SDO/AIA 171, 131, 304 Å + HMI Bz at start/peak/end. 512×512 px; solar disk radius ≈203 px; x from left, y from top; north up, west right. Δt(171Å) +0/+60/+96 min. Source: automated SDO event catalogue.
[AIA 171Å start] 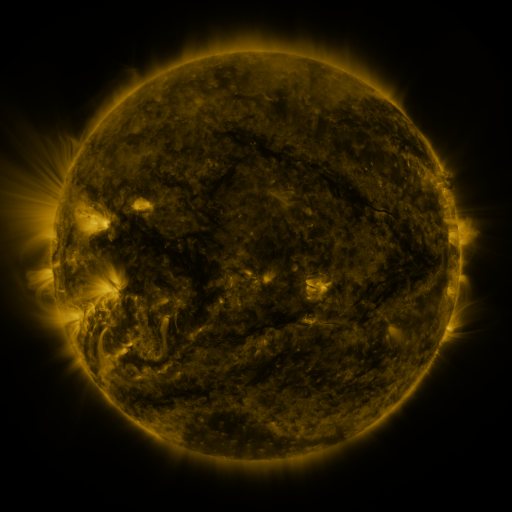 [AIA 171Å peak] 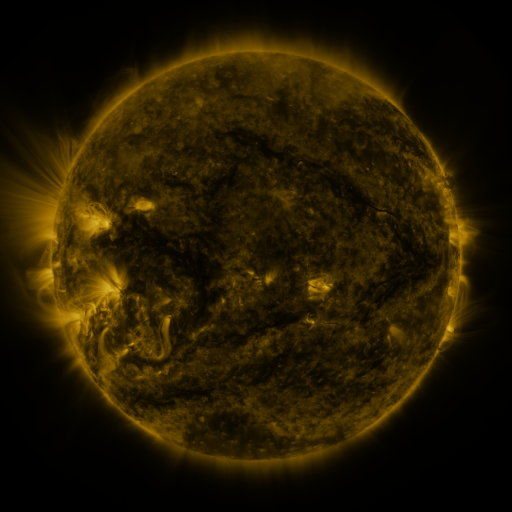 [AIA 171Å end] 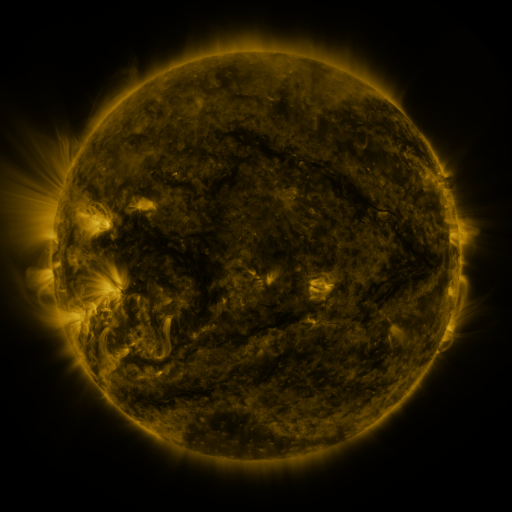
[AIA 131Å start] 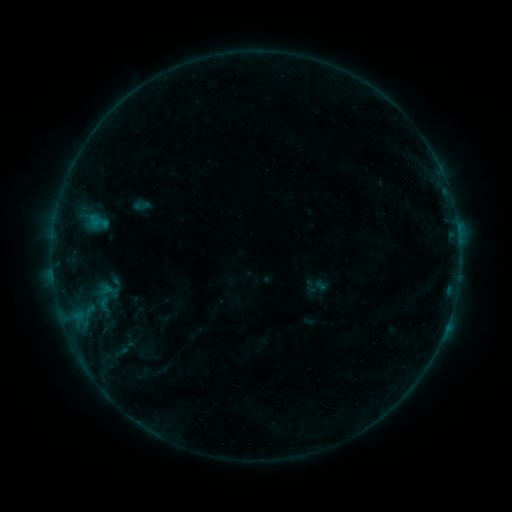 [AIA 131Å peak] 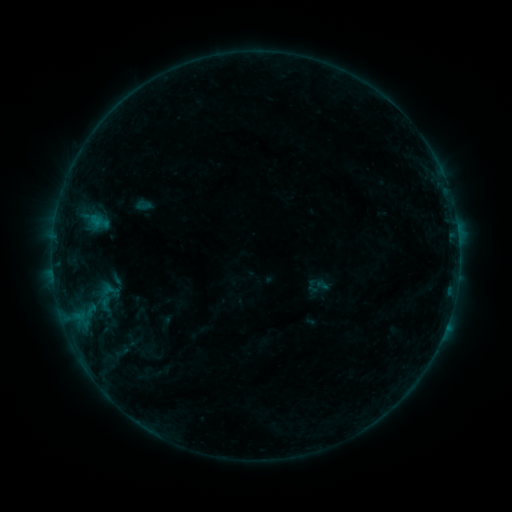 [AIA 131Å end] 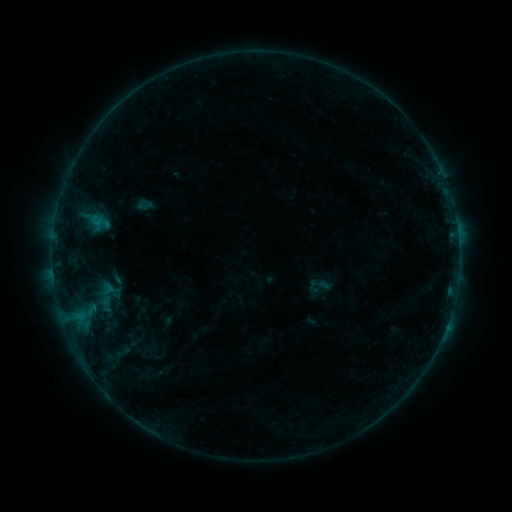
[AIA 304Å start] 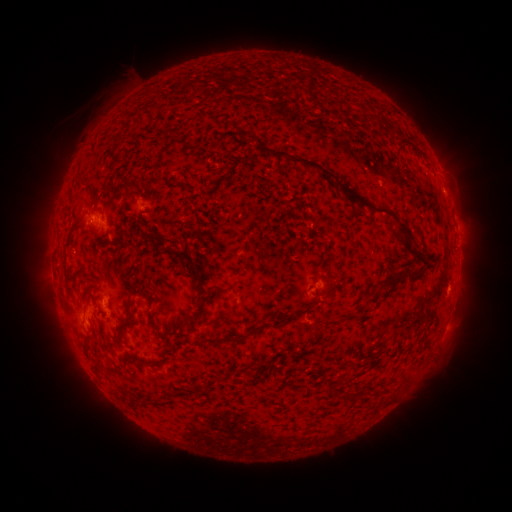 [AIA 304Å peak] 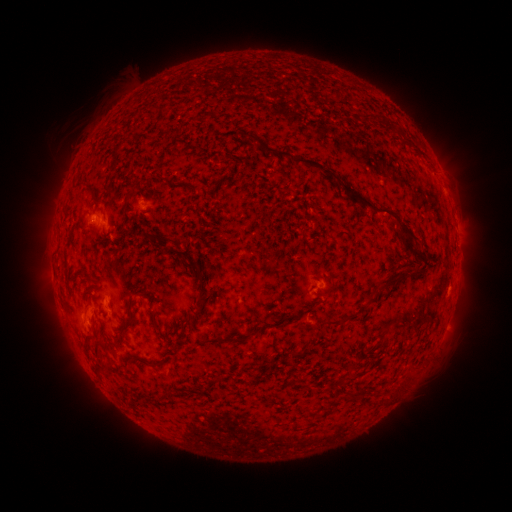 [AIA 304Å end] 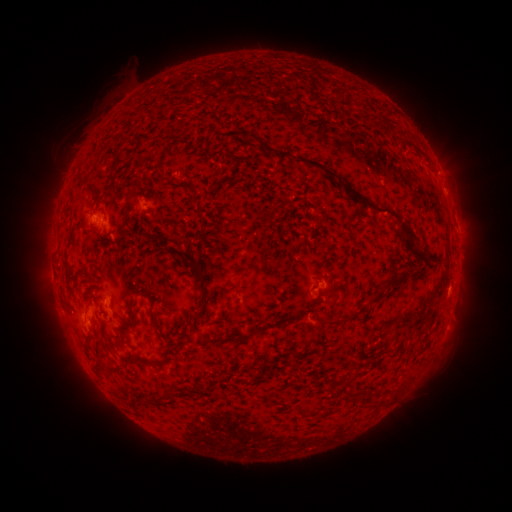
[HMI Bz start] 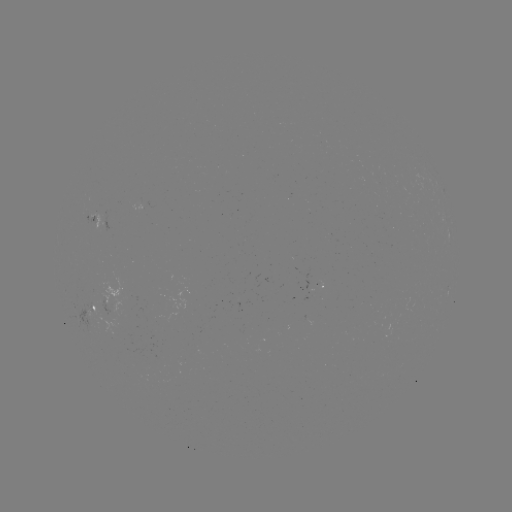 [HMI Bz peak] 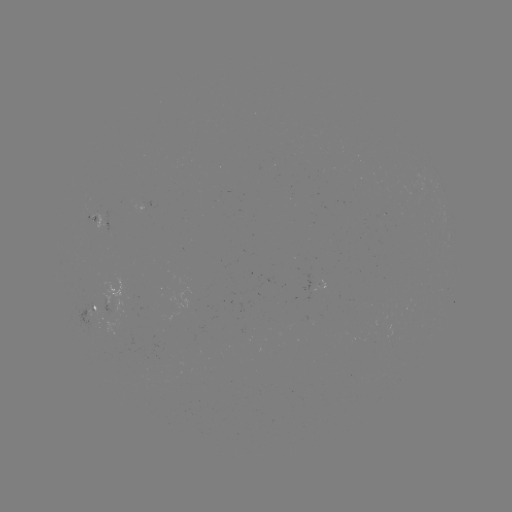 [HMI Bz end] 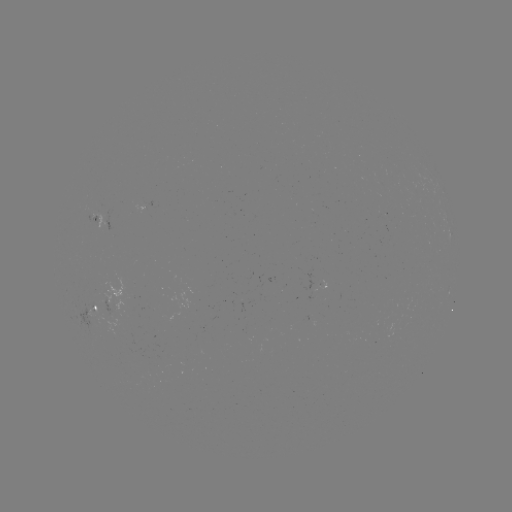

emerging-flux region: <bbox>133, 202, 145, 212</bbox>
